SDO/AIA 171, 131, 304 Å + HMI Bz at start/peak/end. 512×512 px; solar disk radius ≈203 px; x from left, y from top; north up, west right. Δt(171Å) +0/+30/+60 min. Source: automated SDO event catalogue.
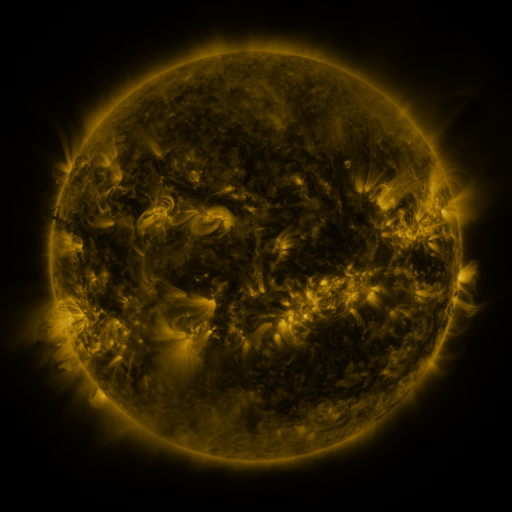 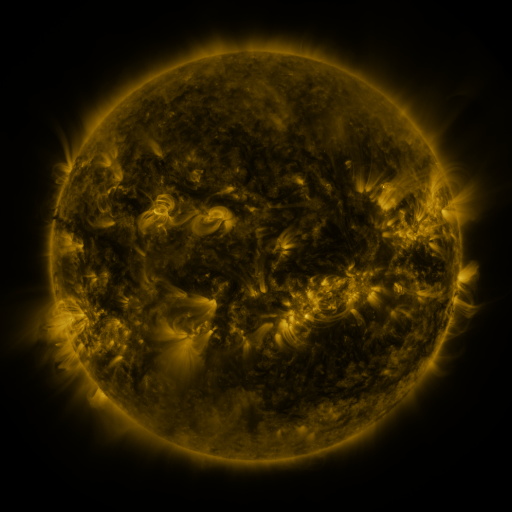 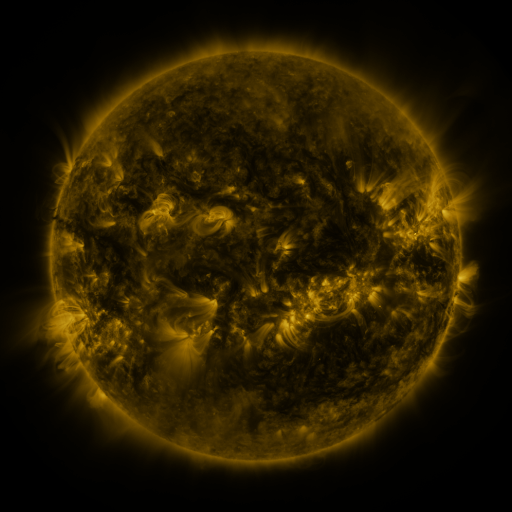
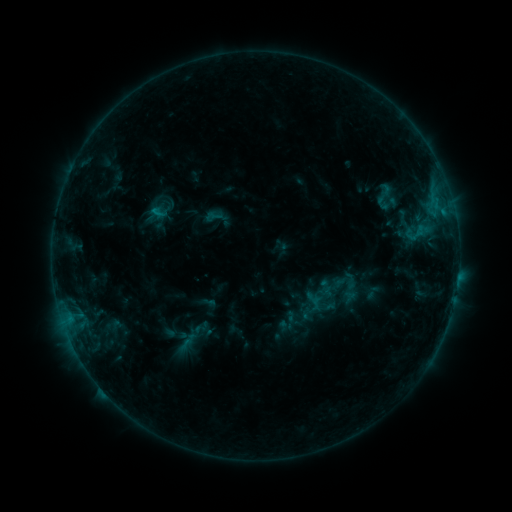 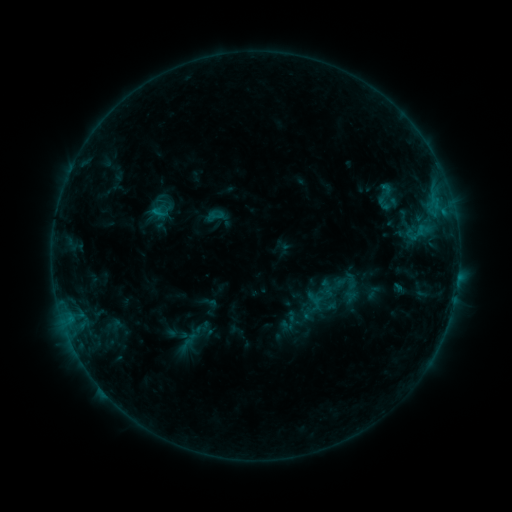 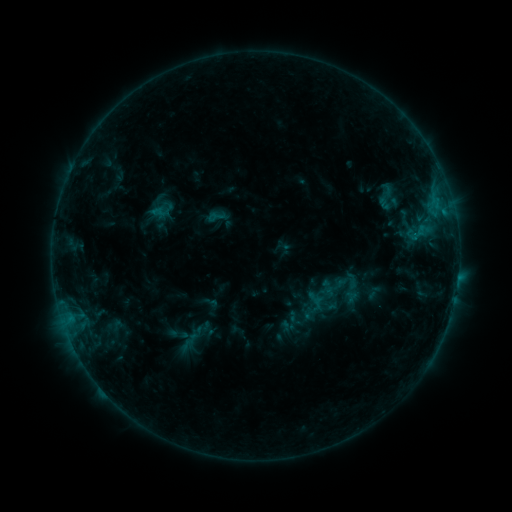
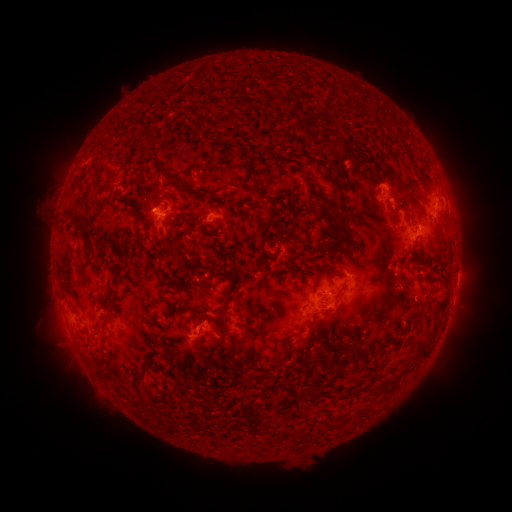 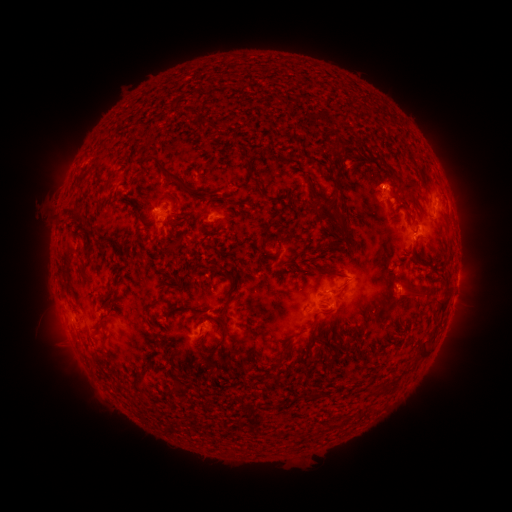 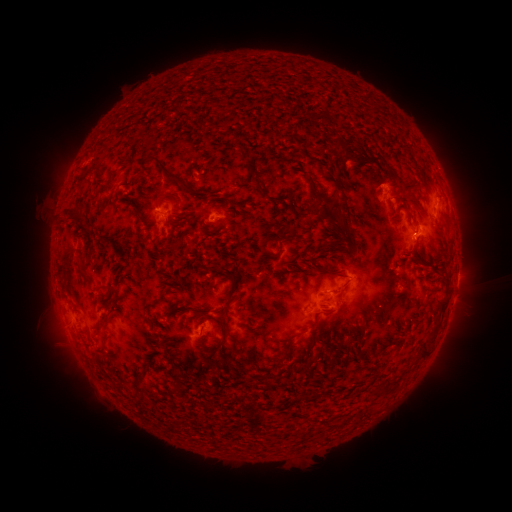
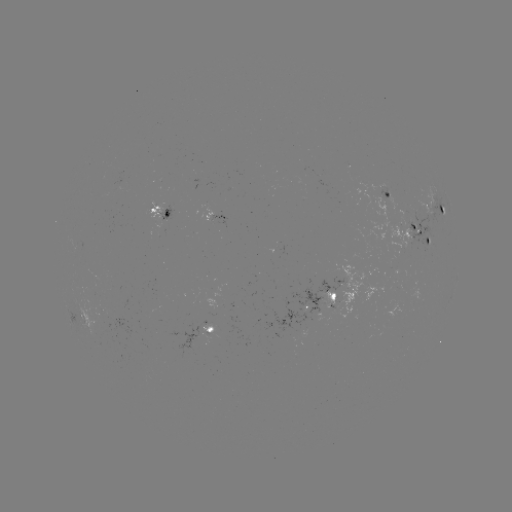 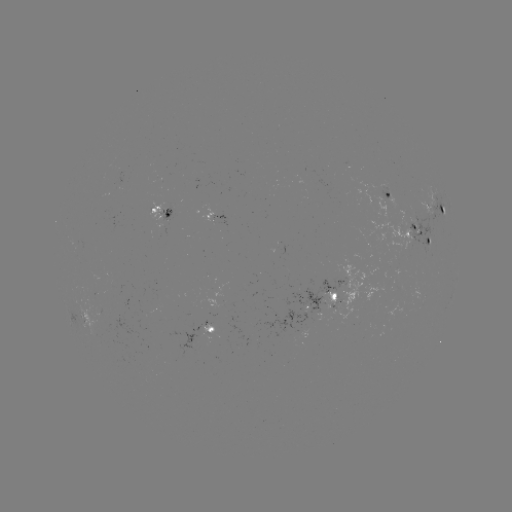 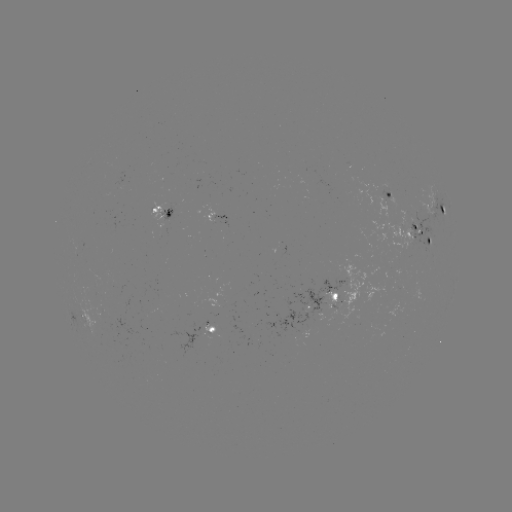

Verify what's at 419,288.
filament eruption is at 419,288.